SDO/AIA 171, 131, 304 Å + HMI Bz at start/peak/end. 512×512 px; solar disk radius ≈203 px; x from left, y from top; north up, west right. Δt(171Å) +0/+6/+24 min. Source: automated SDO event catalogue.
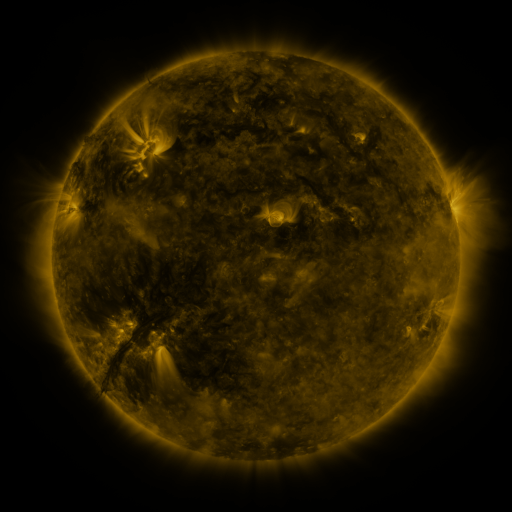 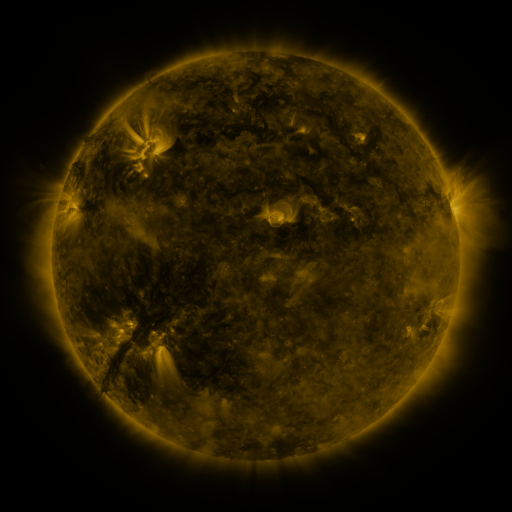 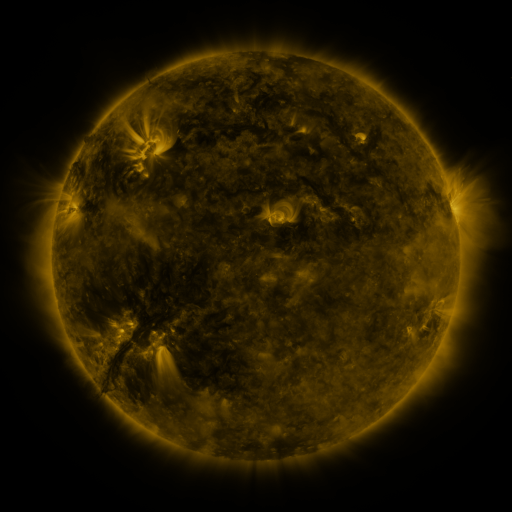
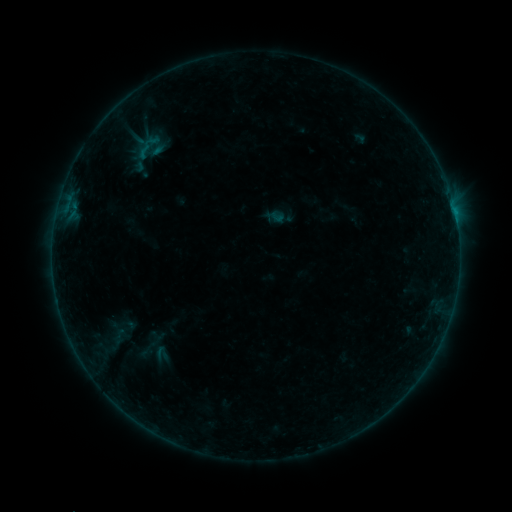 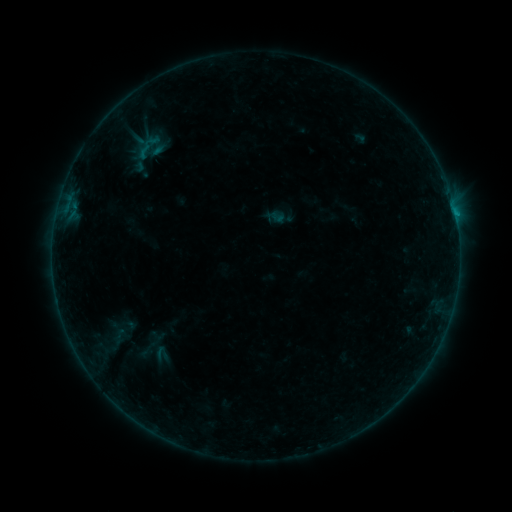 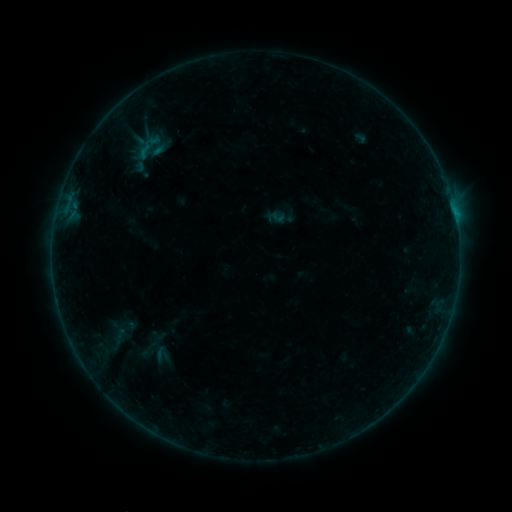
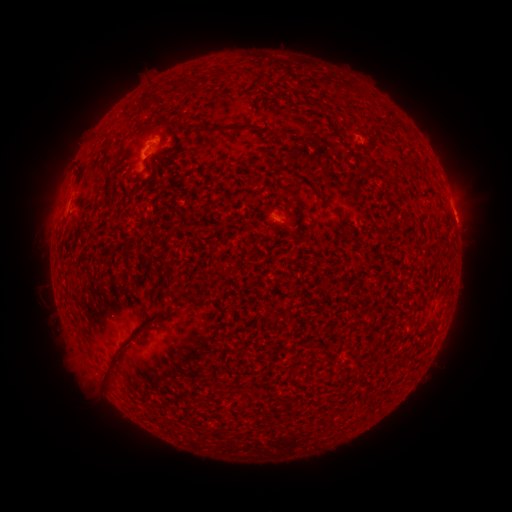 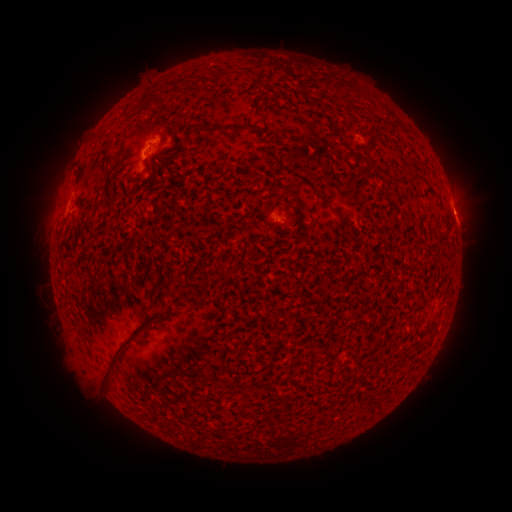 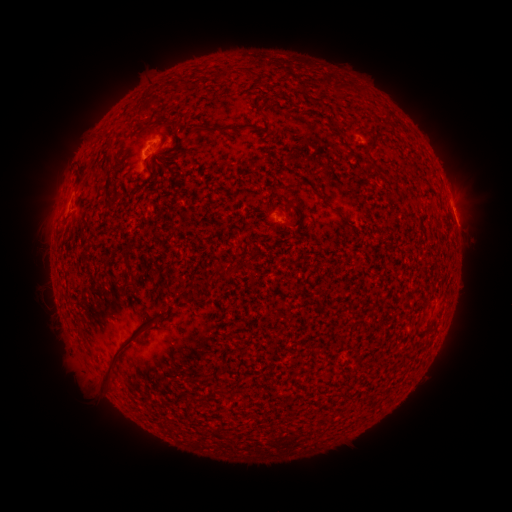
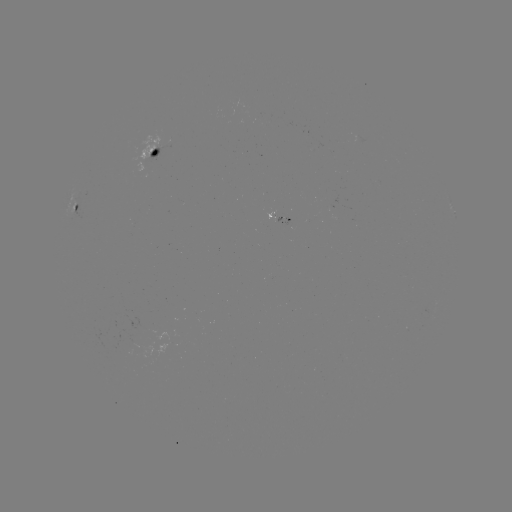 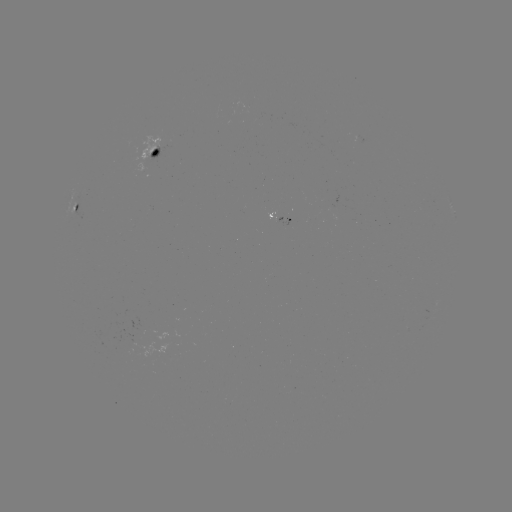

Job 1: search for B3.0 flare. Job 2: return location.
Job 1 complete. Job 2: (456, 224).